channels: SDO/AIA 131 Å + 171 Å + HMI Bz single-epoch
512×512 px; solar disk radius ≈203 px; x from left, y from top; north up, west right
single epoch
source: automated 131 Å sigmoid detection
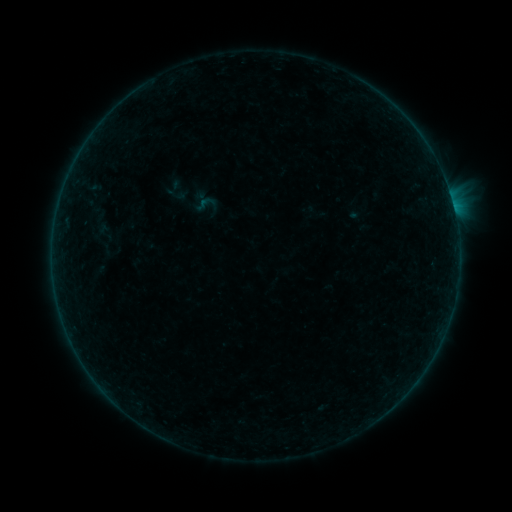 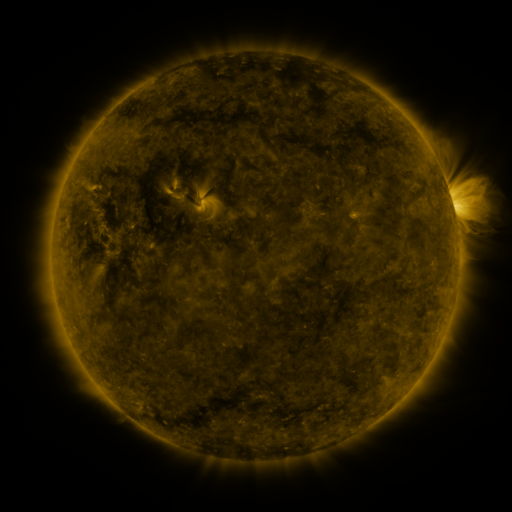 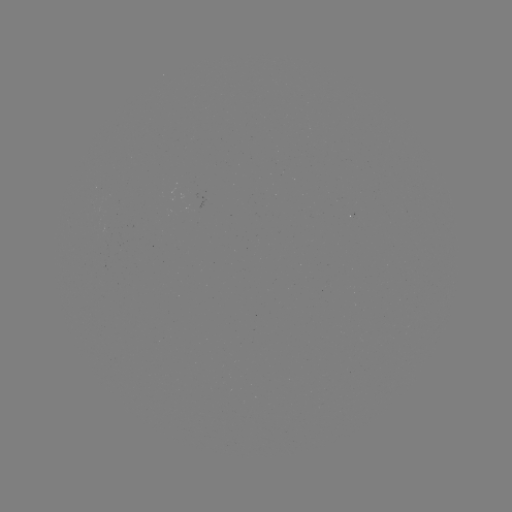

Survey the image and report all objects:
sigmoid: (201, 205)
